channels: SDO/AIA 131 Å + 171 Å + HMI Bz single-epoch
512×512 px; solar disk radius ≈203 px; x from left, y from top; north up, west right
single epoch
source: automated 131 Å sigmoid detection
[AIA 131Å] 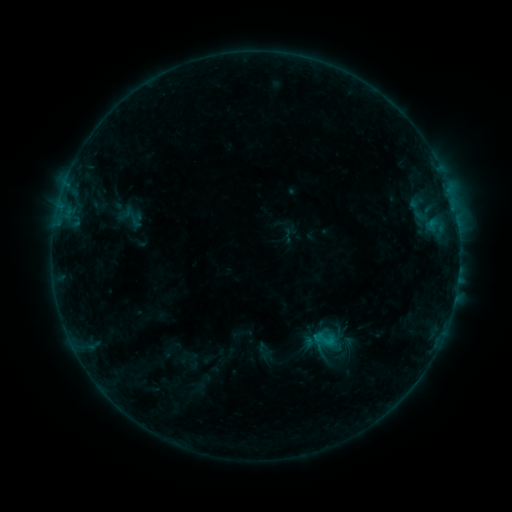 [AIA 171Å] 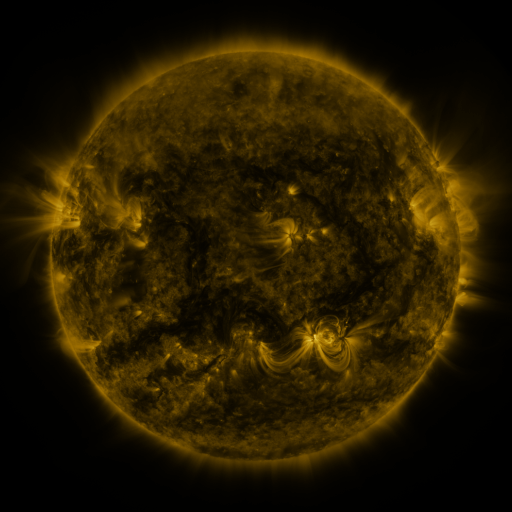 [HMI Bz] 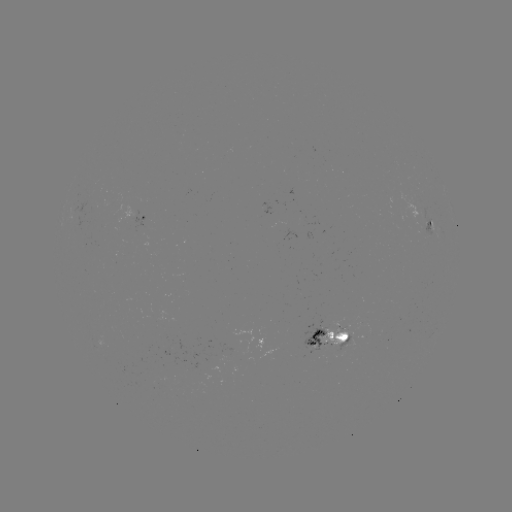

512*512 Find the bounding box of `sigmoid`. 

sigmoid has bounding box [312, 326, 337, 352].